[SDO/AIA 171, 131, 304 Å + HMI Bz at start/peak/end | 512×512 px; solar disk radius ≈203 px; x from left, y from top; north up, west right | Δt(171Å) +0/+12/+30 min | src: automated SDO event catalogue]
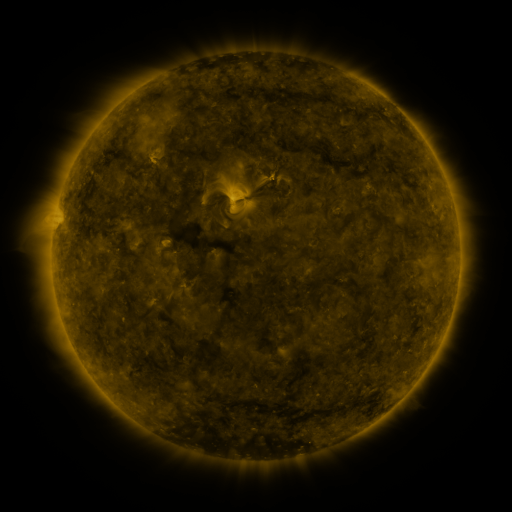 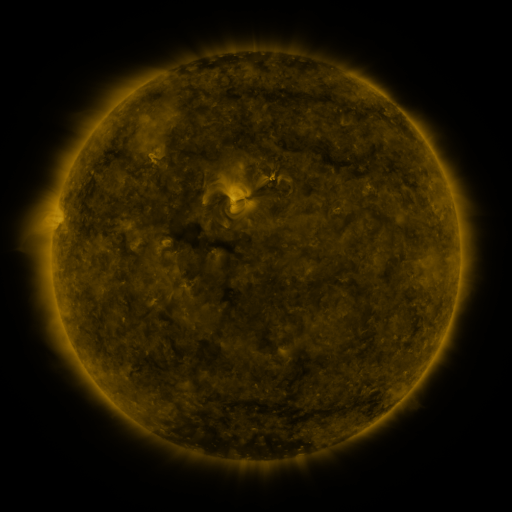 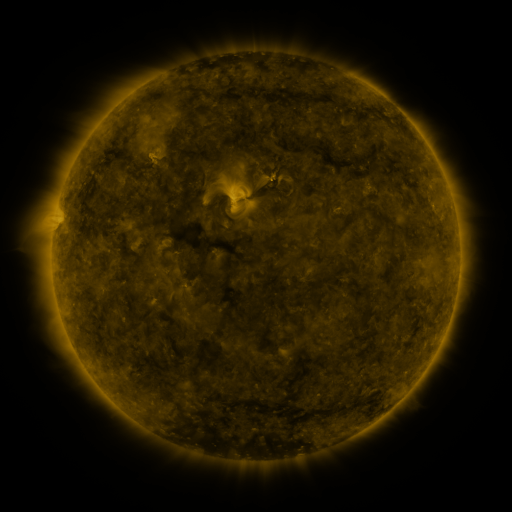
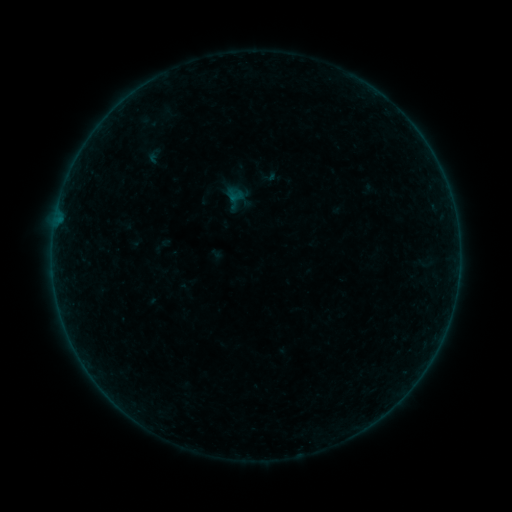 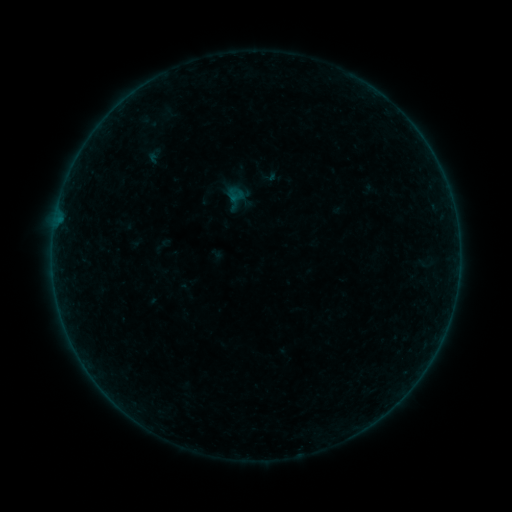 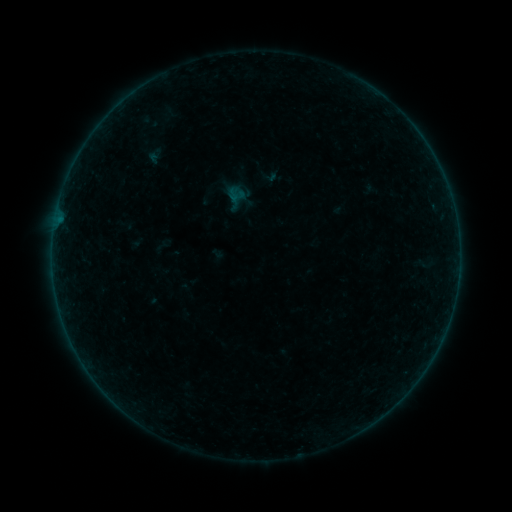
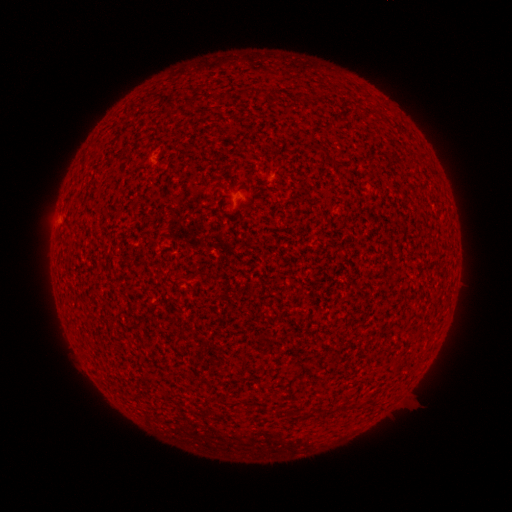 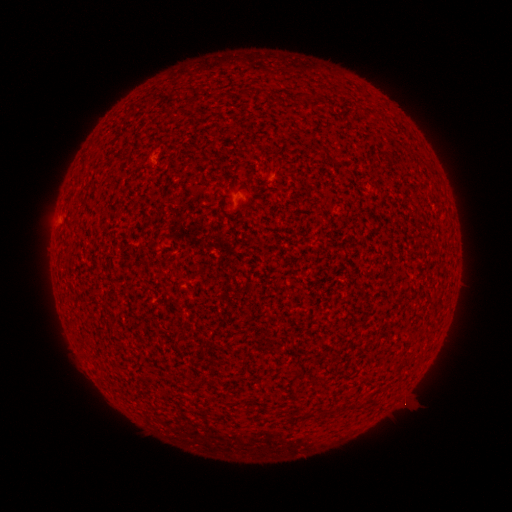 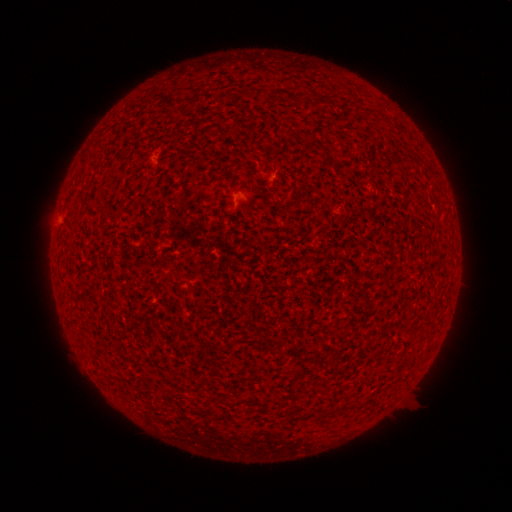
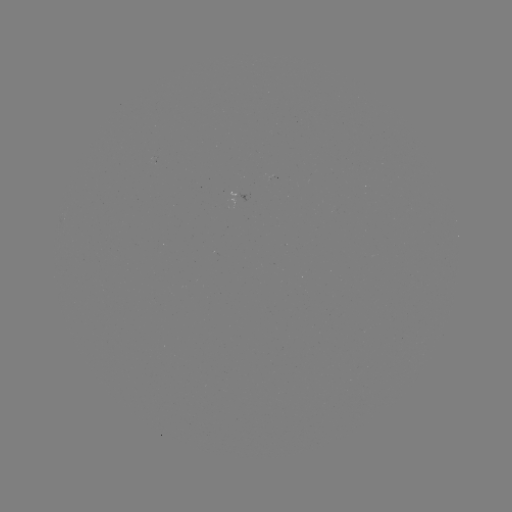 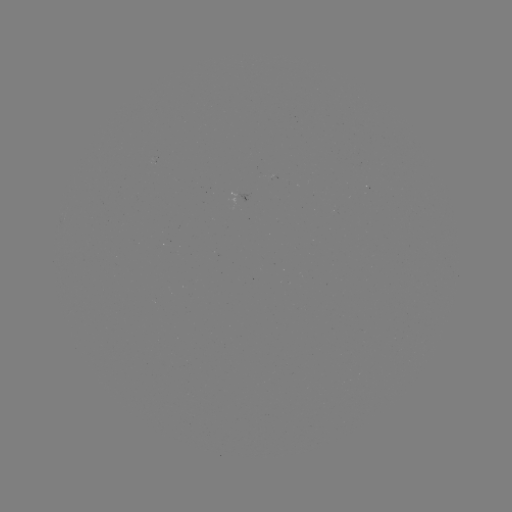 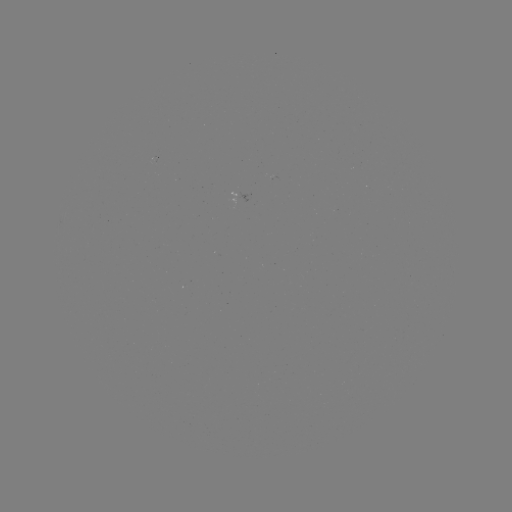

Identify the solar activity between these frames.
no flare in any classed list; no EUV-trigger detection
